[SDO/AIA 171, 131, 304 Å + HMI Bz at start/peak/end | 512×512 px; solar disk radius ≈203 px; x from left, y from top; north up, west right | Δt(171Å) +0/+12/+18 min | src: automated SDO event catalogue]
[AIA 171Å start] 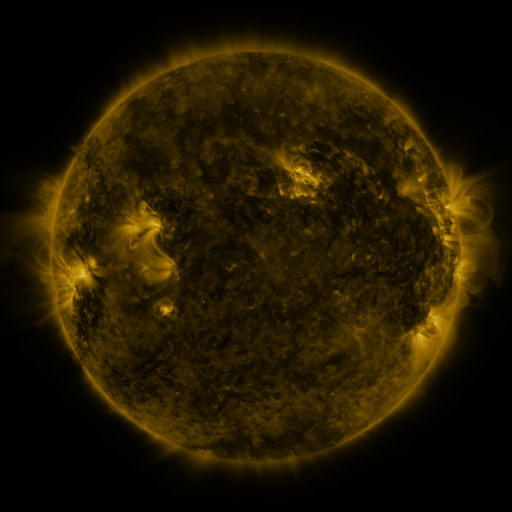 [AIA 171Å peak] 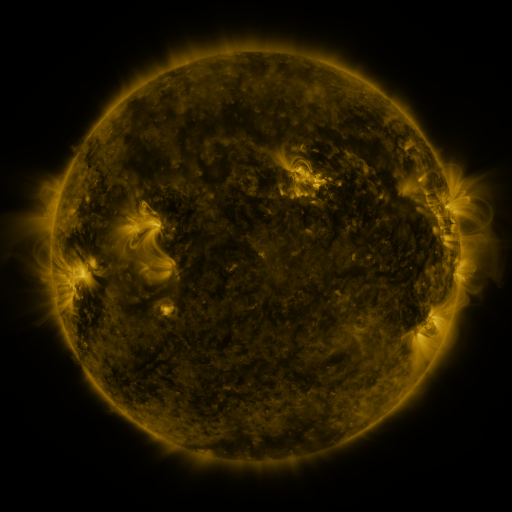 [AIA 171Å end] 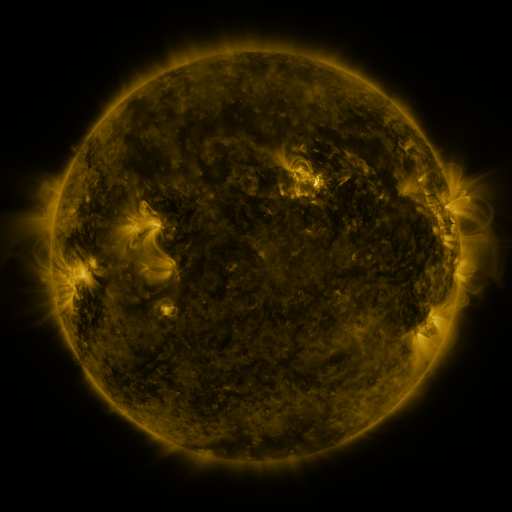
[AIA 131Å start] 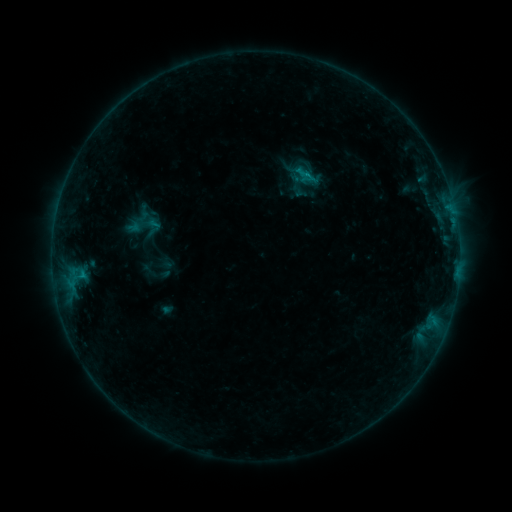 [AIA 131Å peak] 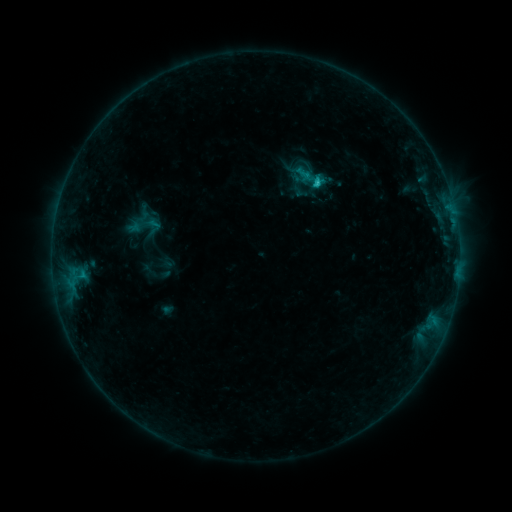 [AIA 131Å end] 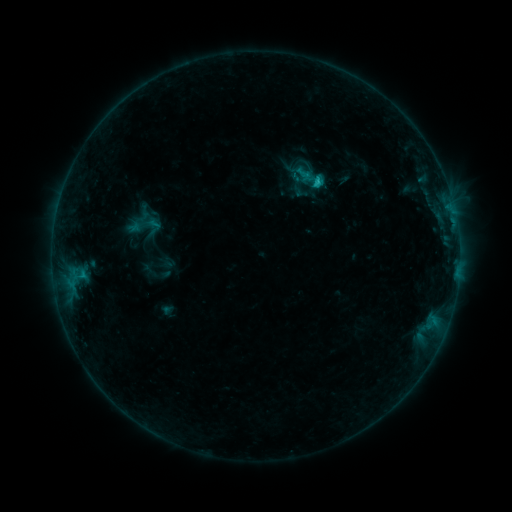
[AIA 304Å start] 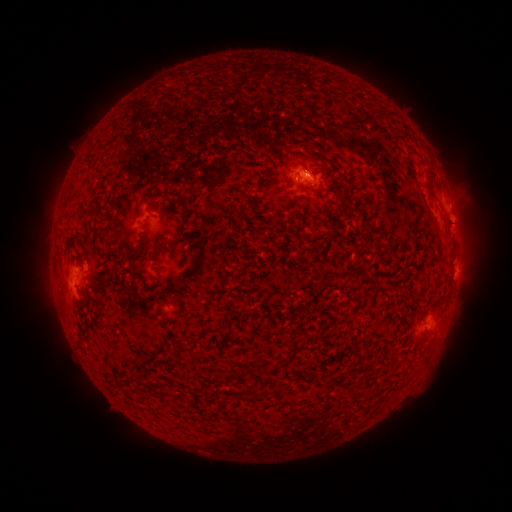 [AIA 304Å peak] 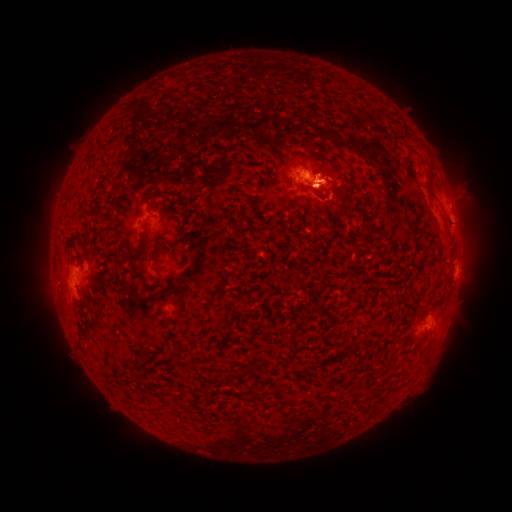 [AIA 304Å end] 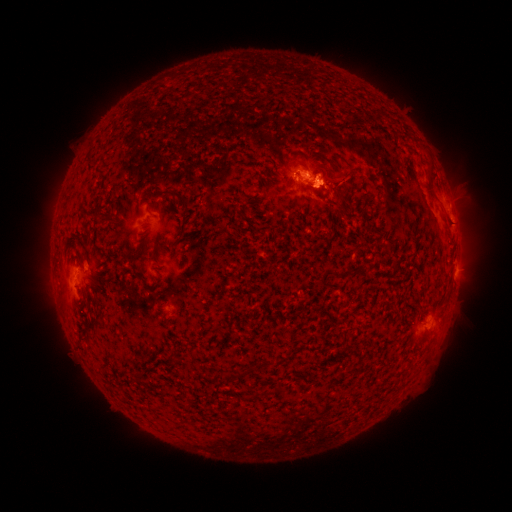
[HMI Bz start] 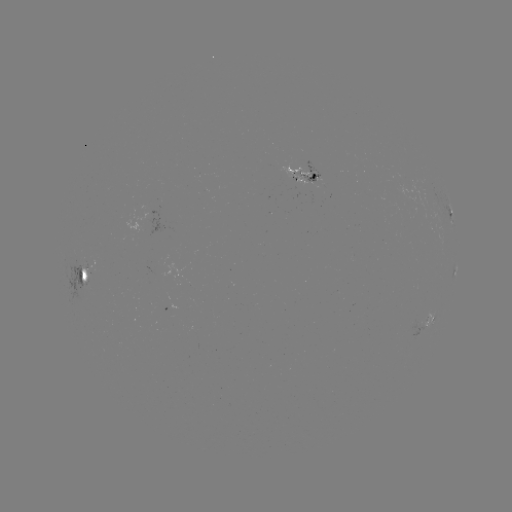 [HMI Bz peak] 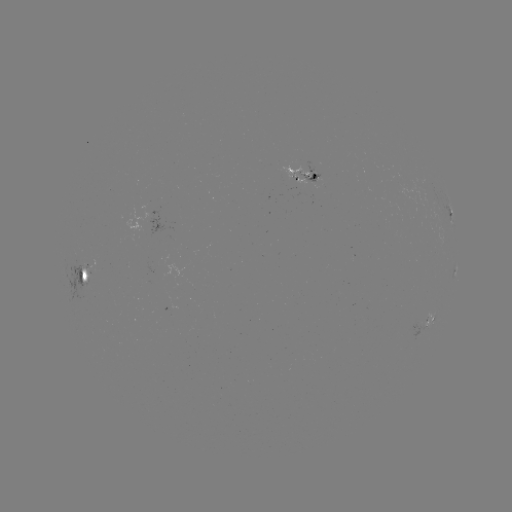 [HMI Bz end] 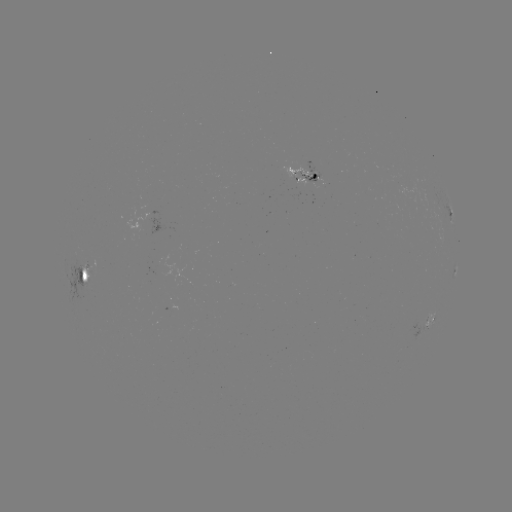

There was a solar flare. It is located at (315, 184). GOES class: C1.0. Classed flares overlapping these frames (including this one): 1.